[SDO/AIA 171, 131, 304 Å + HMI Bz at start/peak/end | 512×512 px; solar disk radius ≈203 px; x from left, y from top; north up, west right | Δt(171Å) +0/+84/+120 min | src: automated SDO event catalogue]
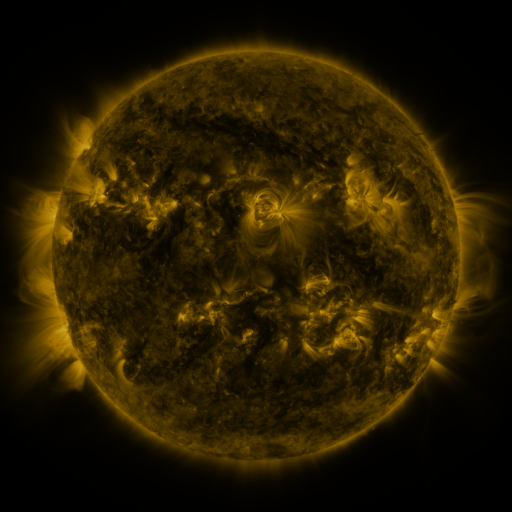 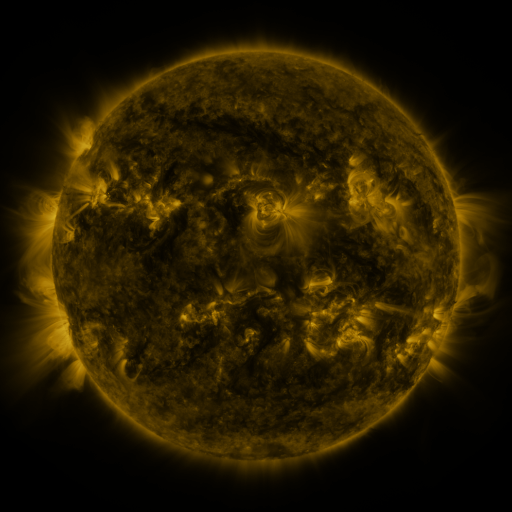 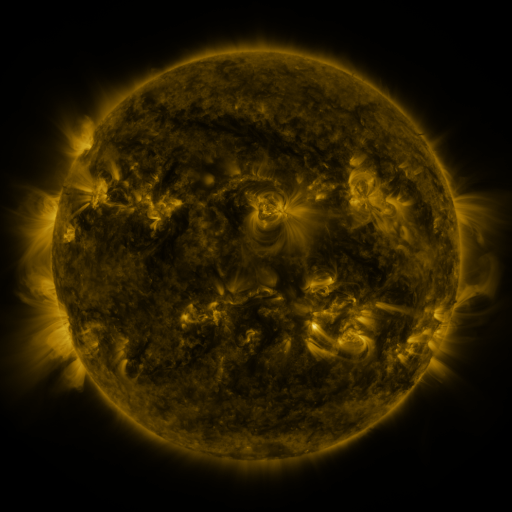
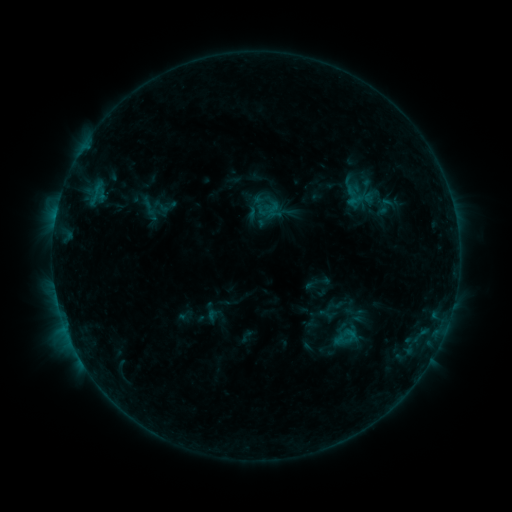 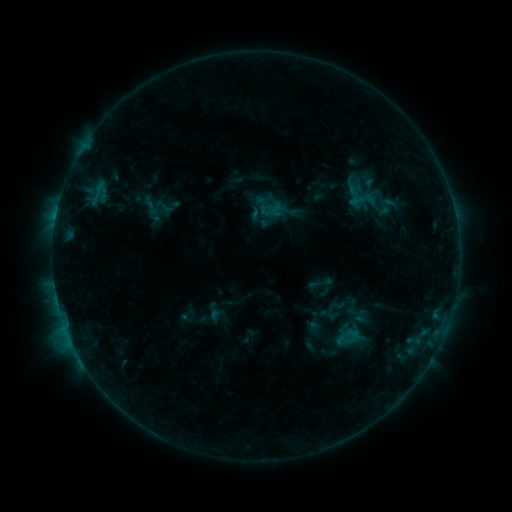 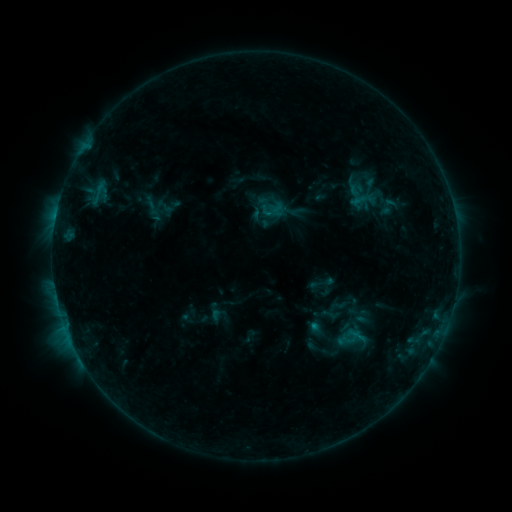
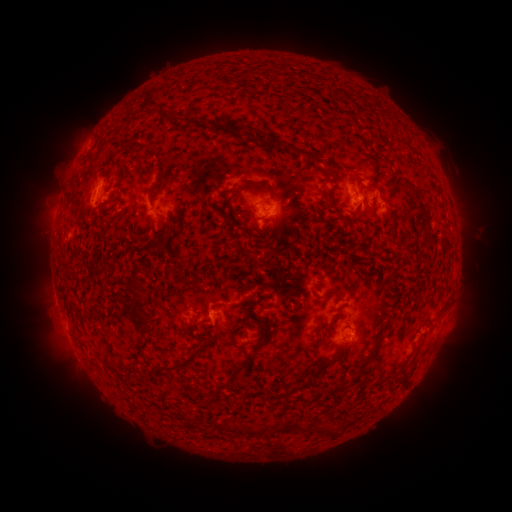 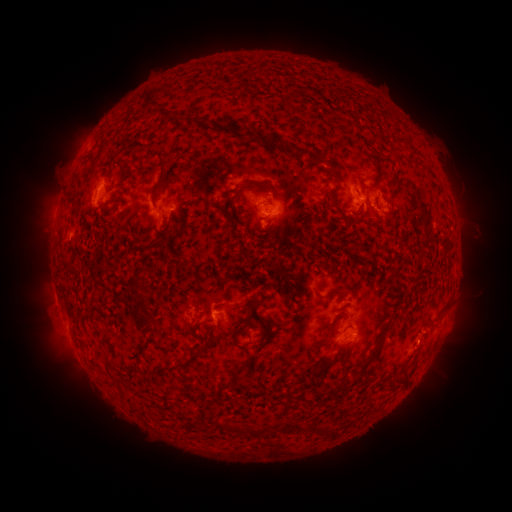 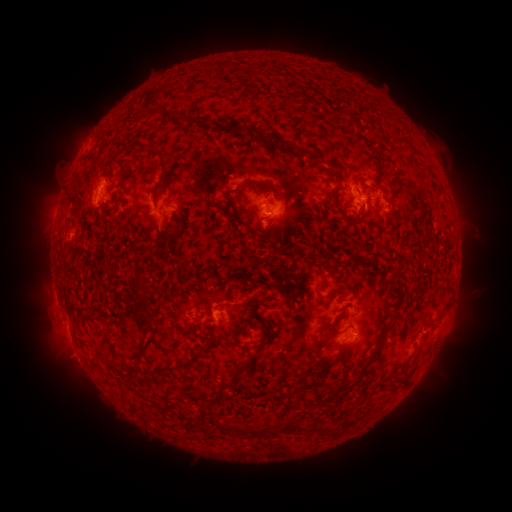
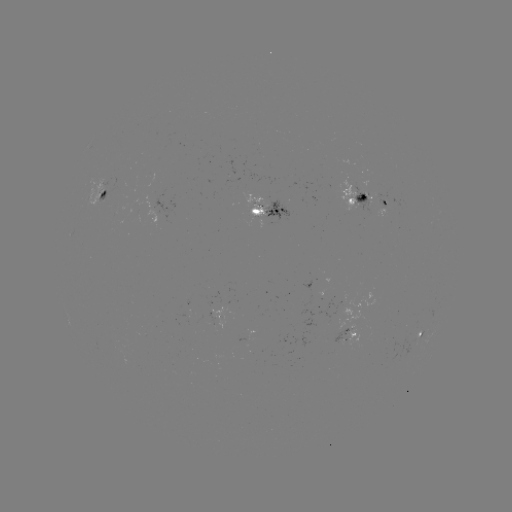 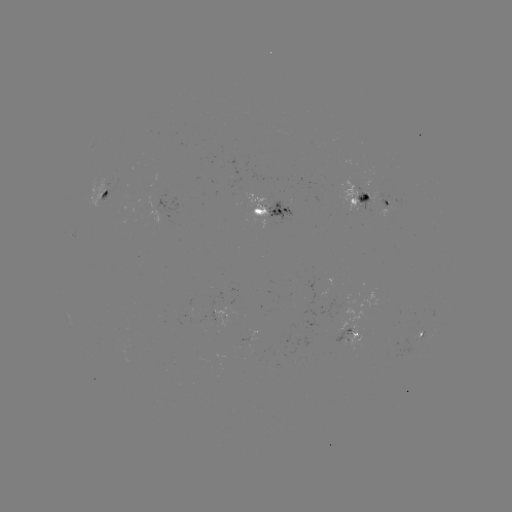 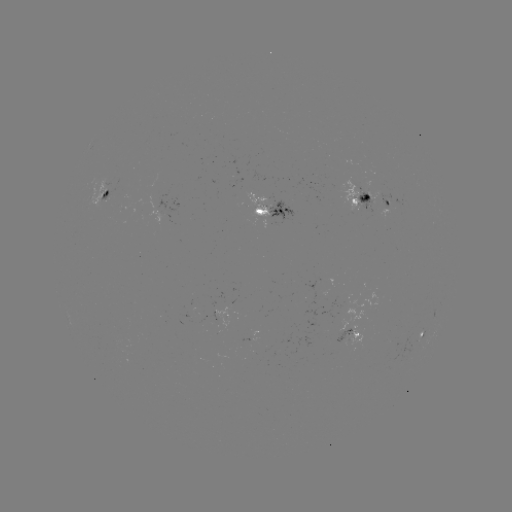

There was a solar emerging-flux region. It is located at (344, 338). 